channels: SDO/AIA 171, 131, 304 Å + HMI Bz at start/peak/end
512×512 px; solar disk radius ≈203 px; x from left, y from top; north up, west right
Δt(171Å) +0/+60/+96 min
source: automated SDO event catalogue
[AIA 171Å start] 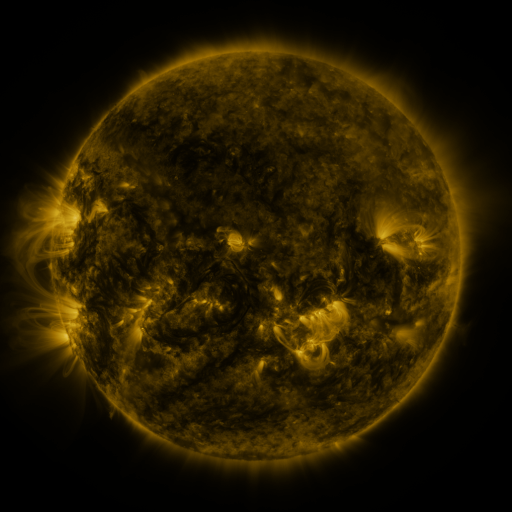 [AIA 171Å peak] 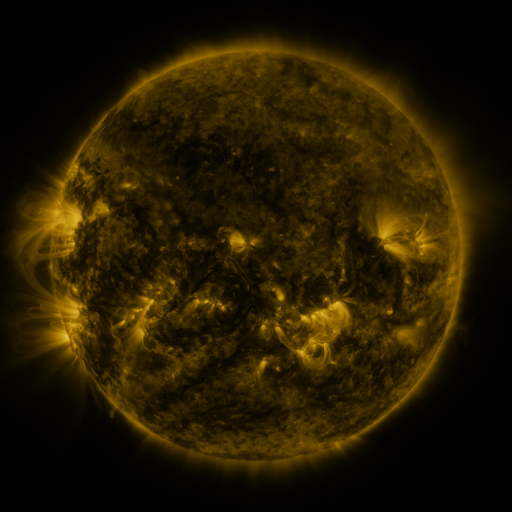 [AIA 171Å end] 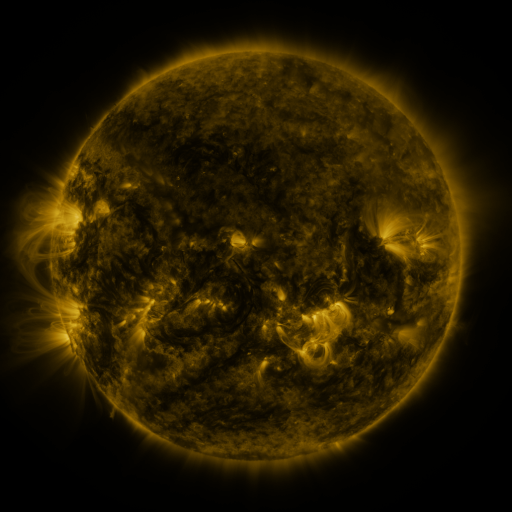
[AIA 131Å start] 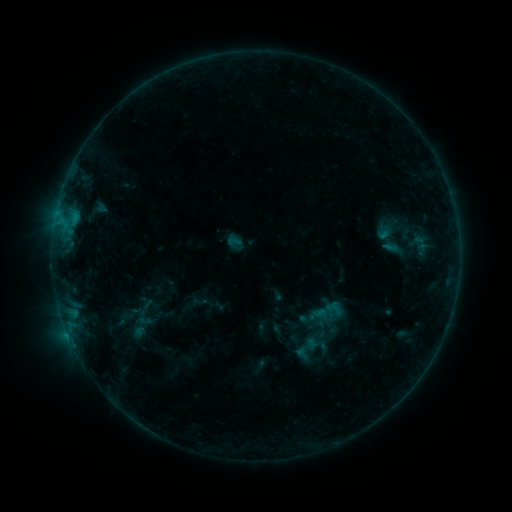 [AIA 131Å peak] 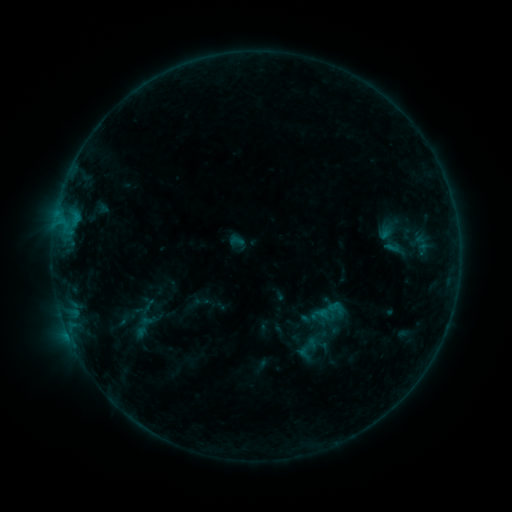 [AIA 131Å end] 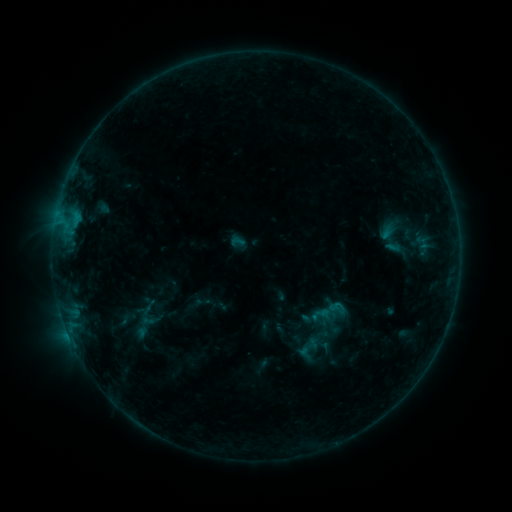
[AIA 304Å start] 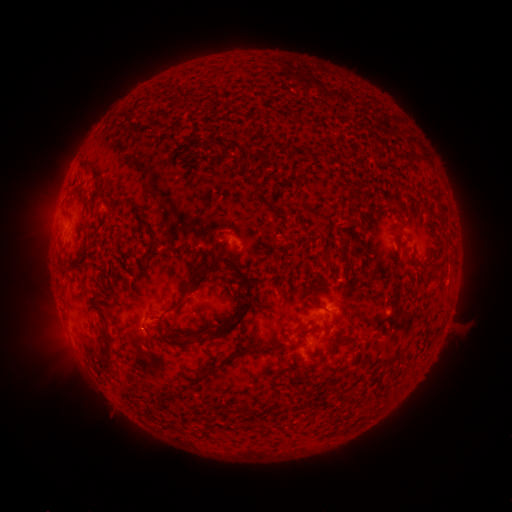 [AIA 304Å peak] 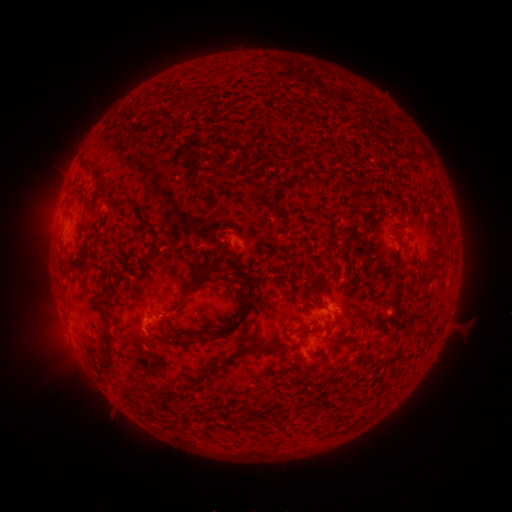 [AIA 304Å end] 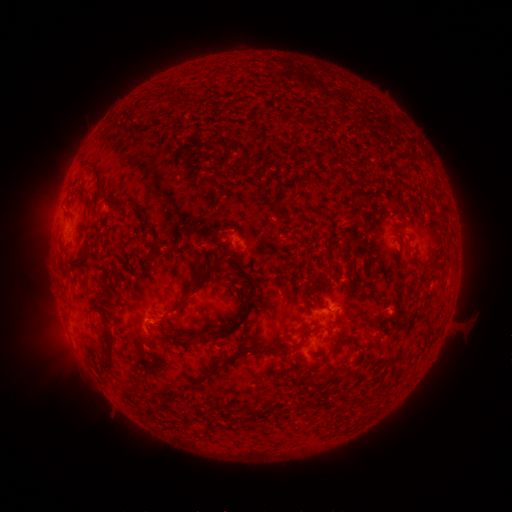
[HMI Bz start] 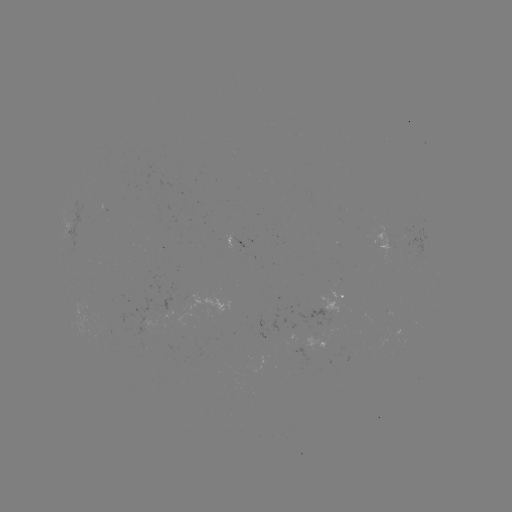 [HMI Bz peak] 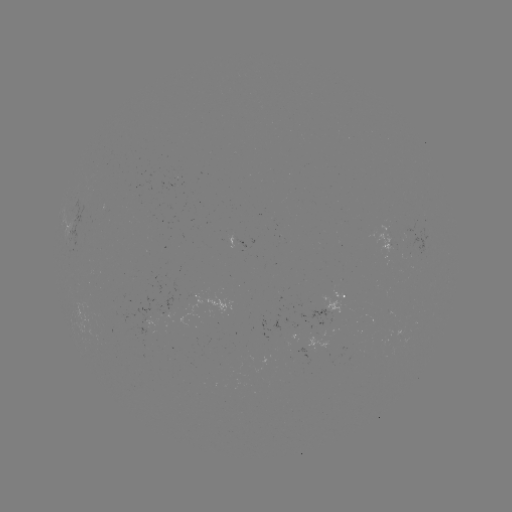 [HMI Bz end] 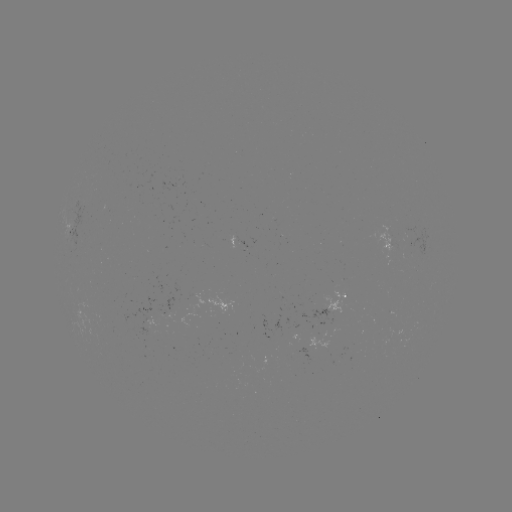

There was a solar emerging-flux region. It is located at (333, 308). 